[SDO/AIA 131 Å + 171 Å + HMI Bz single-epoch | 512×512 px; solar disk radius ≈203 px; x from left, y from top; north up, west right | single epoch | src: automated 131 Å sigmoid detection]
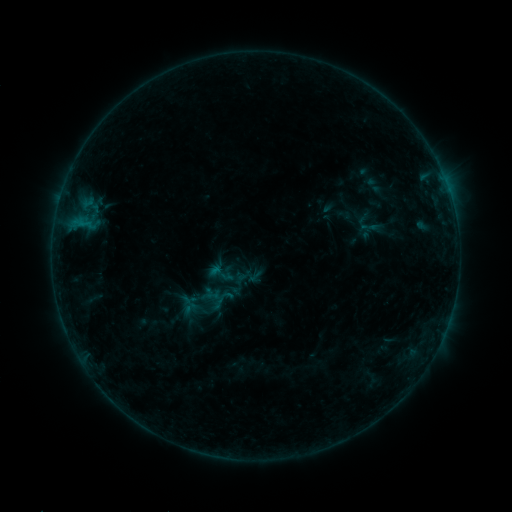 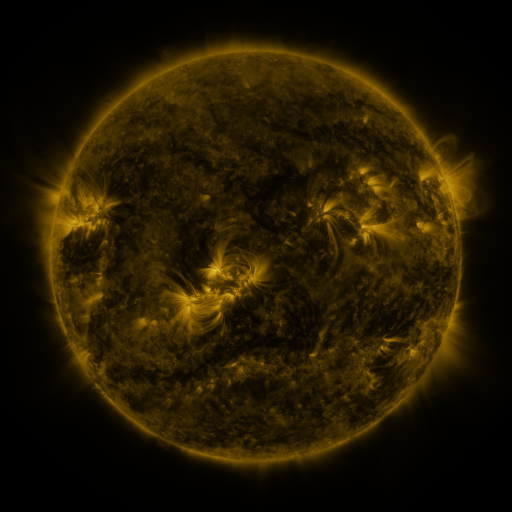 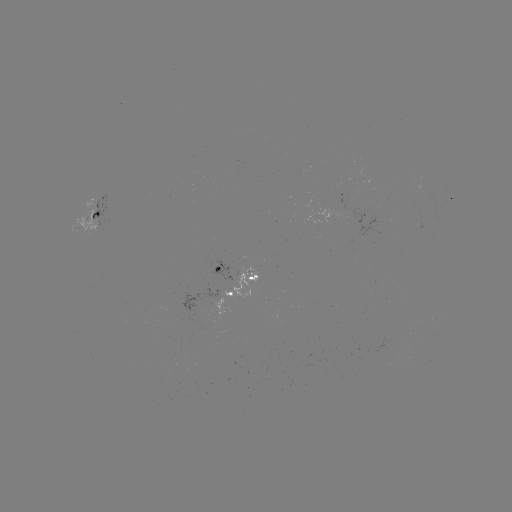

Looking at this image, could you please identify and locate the sigmoid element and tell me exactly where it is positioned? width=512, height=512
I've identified sigmoid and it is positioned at [221, 273].